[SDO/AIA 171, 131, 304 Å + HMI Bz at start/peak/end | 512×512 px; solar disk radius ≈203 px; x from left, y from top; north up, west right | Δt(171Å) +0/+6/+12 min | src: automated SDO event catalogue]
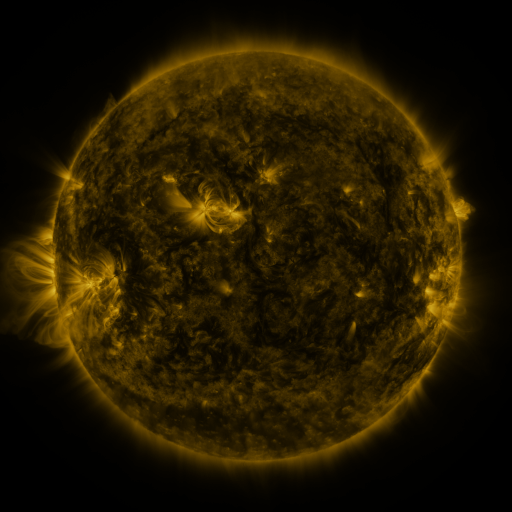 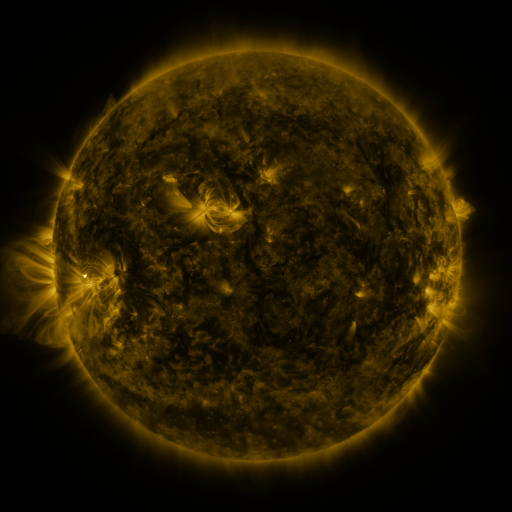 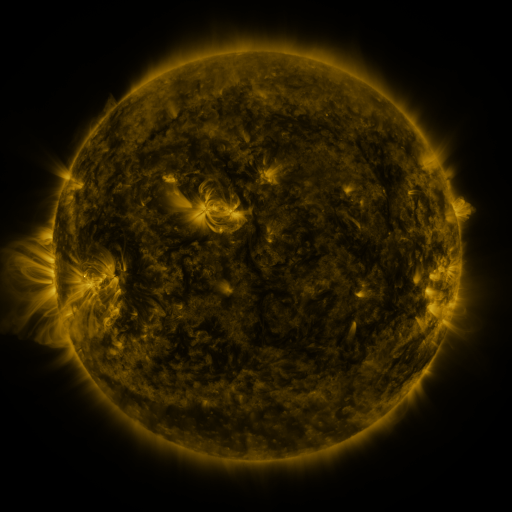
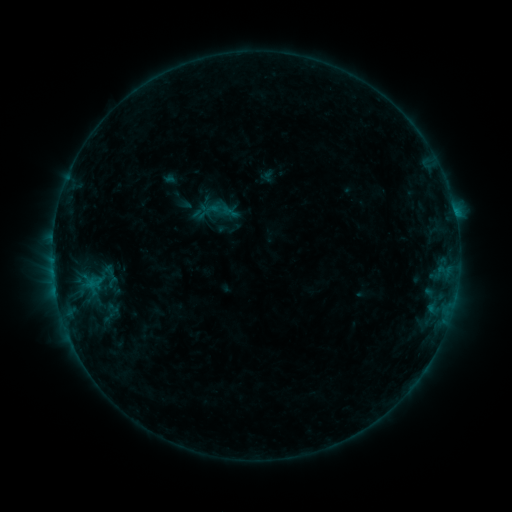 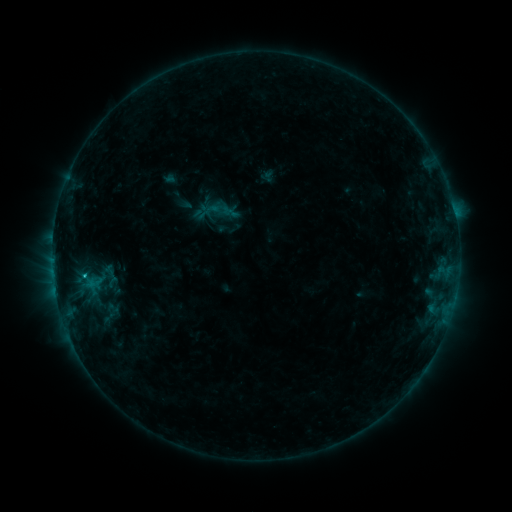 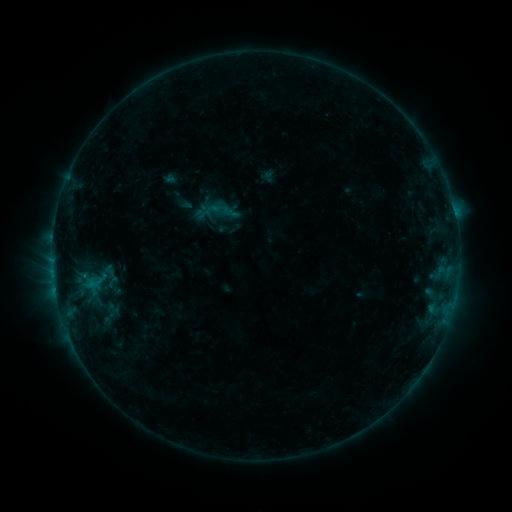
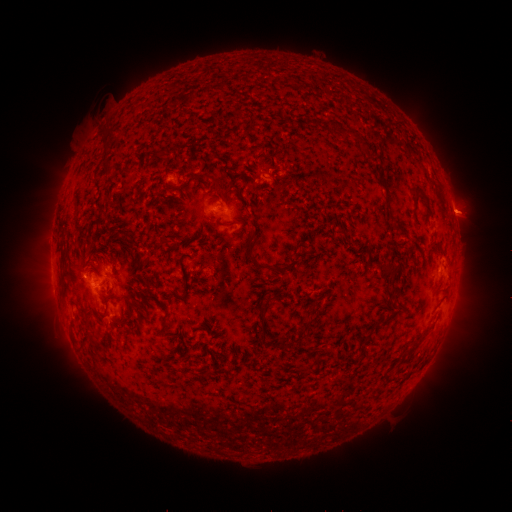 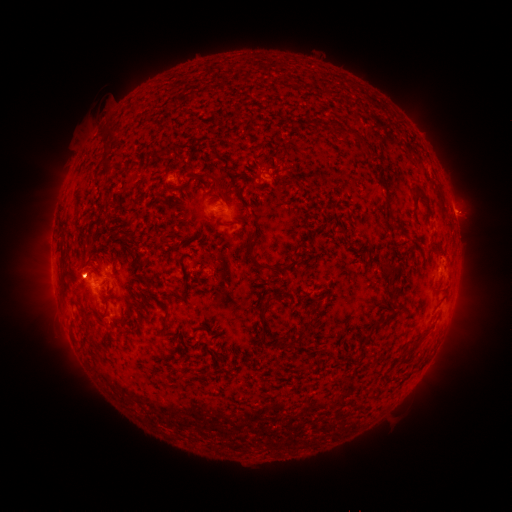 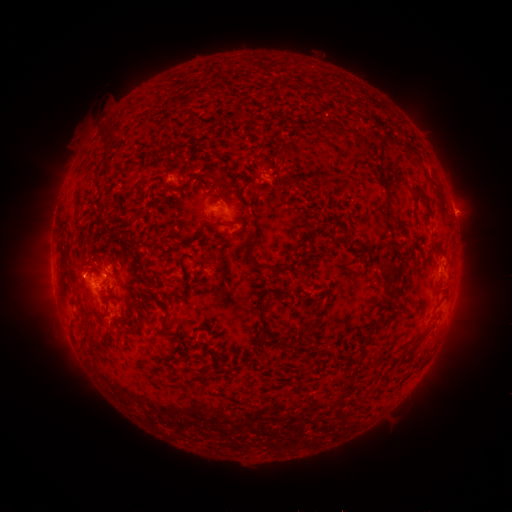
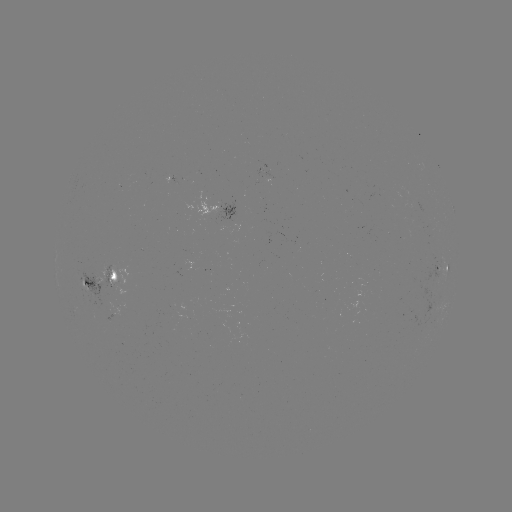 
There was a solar eruption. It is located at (80, 269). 